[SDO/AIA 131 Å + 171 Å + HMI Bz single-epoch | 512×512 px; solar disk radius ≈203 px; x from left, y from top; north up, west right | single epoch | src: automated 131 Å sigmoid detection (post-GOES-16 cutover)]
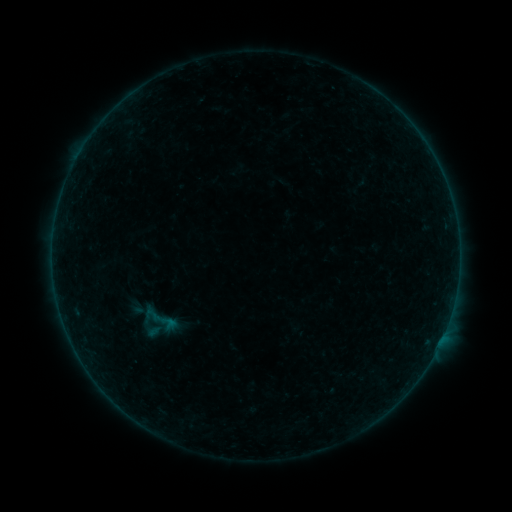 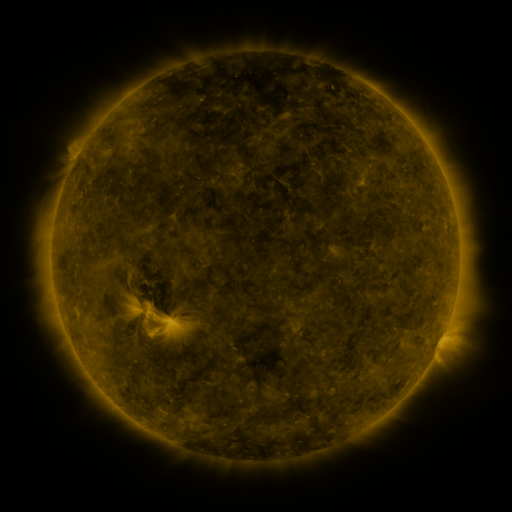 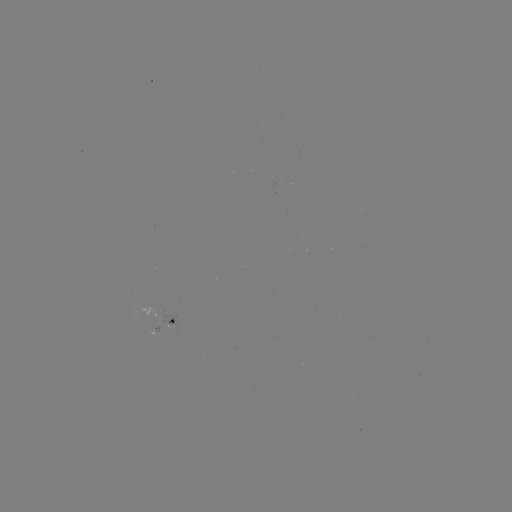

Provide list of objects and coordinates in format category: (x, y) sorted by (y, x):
sigmoid: (154, 324)
